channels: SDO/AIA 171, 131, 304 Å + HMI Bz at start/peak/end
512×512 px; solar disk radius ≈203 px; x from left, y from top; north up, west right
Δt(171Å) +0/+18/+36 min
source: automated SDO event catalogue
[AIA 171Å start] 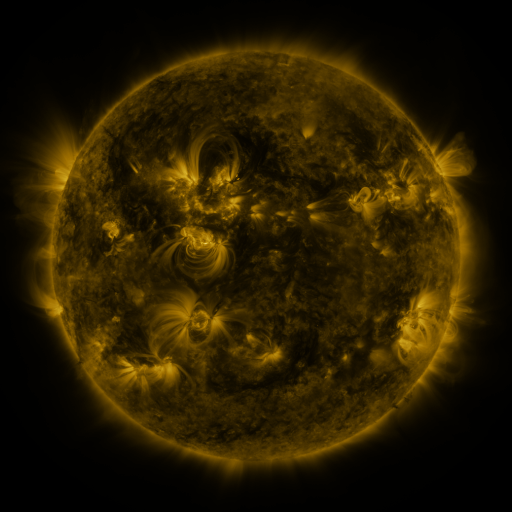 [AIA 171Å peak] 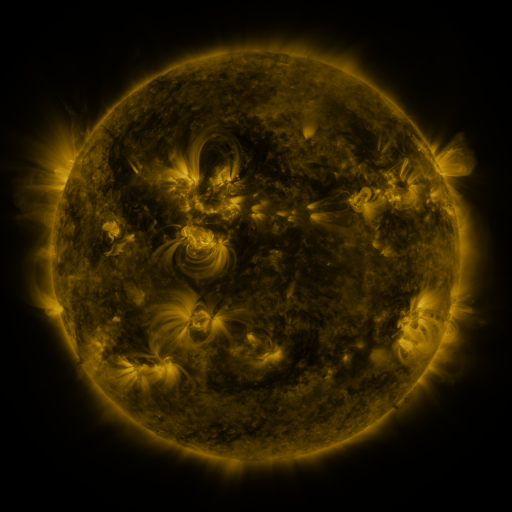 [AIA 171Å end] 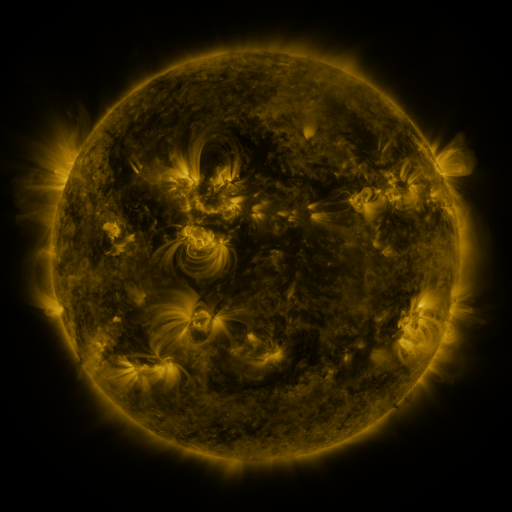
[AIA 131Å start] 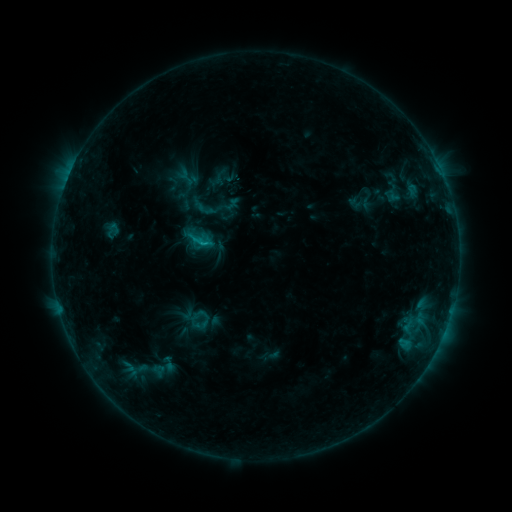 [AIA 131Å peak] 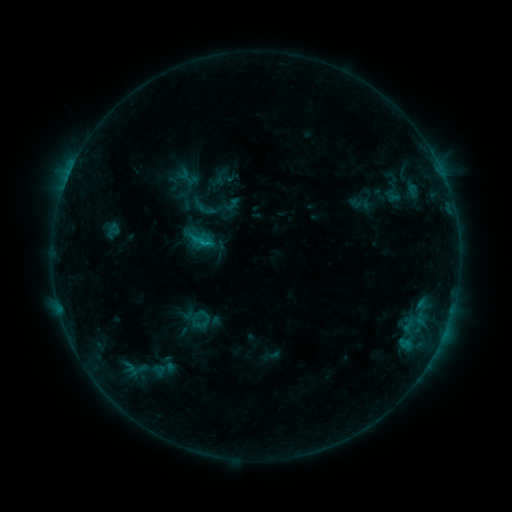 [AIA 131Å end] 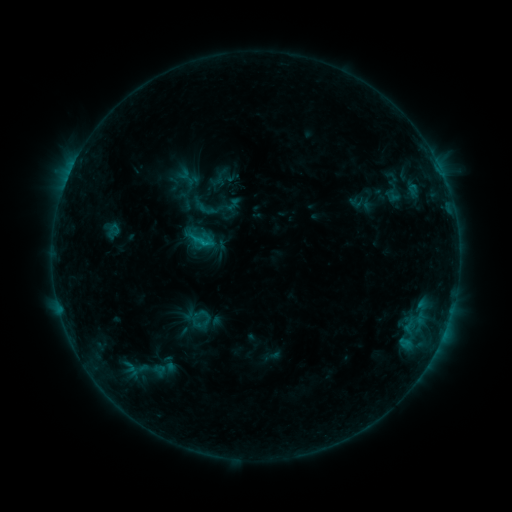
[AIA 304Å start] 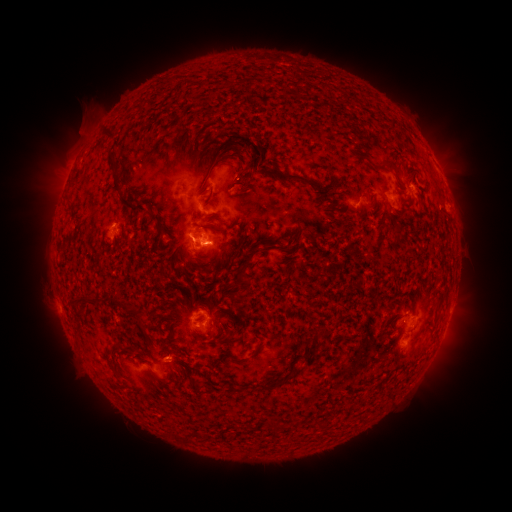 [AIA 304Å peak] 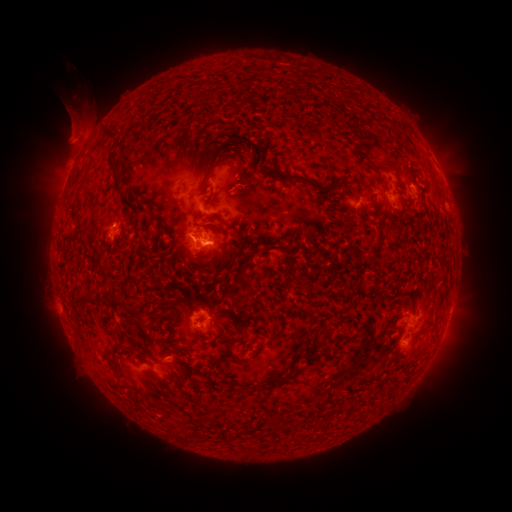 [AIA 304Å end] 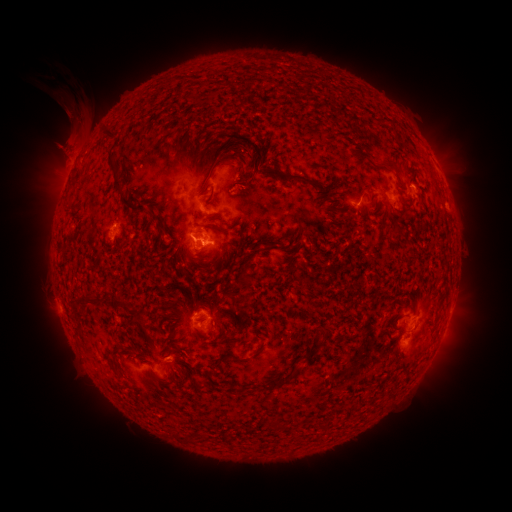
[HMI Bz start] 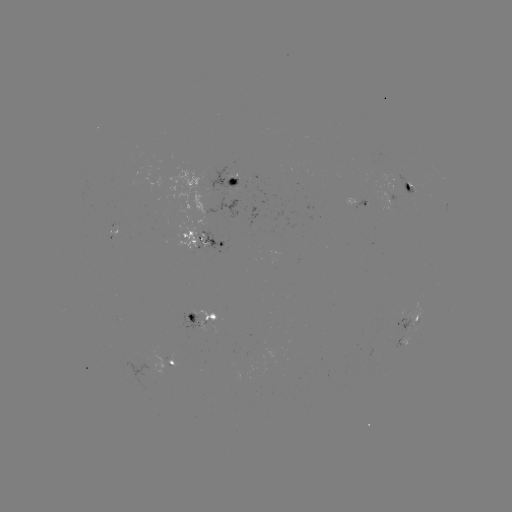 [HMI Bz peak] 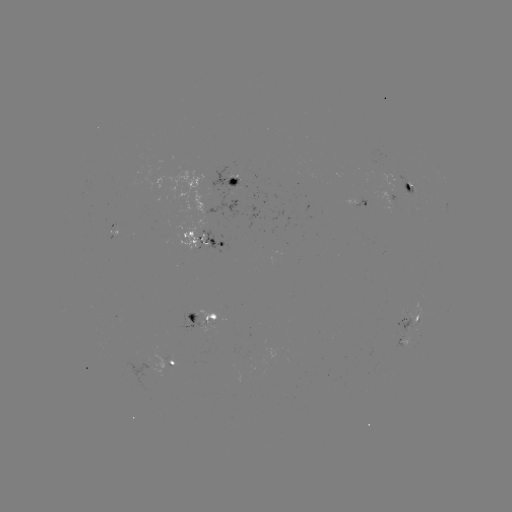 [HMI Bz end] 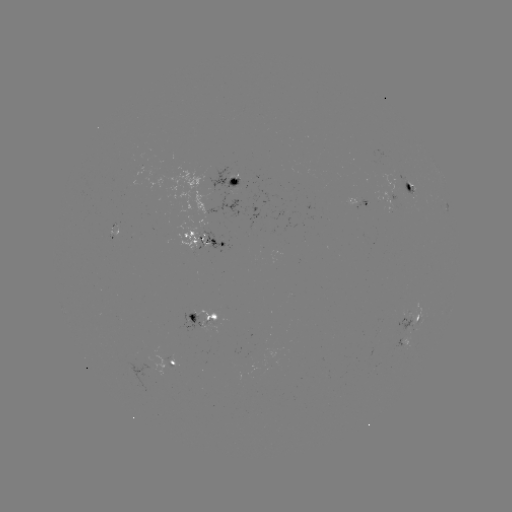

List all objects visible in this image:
eruption: (74, 126)
